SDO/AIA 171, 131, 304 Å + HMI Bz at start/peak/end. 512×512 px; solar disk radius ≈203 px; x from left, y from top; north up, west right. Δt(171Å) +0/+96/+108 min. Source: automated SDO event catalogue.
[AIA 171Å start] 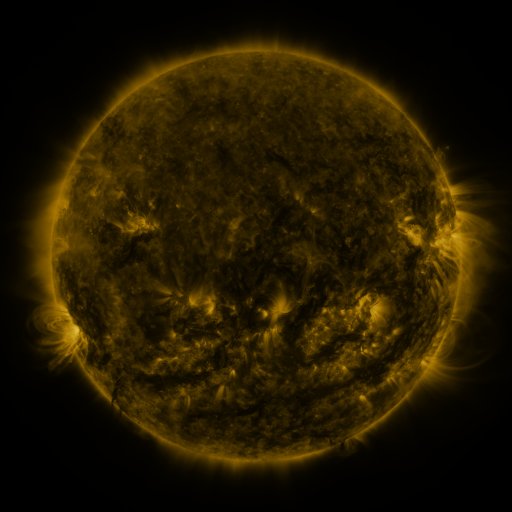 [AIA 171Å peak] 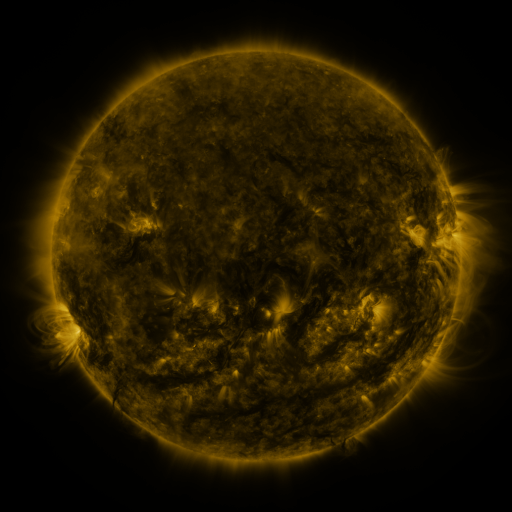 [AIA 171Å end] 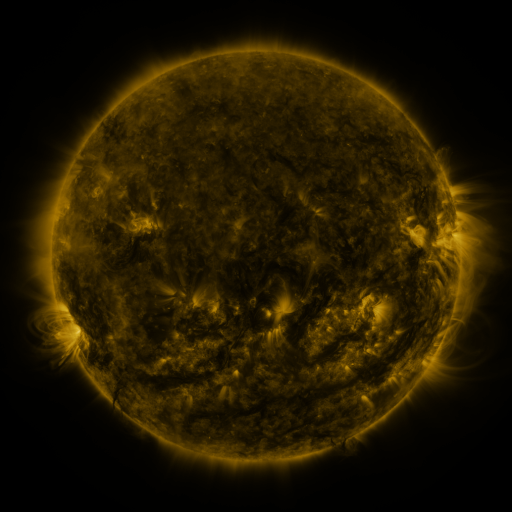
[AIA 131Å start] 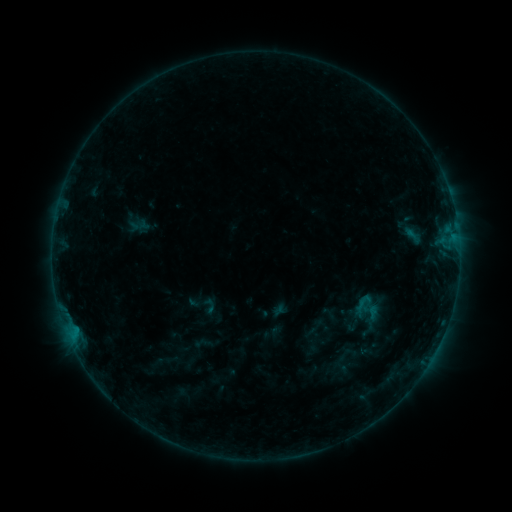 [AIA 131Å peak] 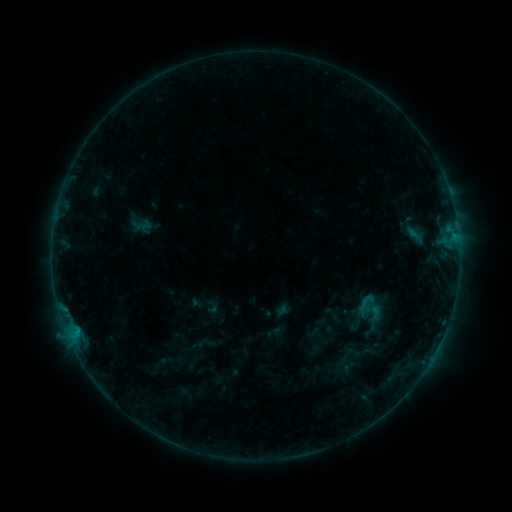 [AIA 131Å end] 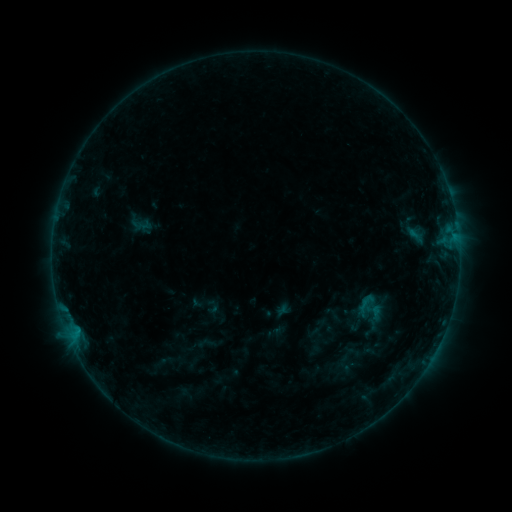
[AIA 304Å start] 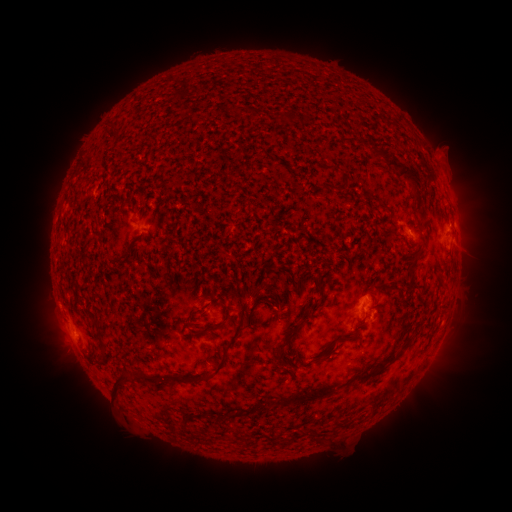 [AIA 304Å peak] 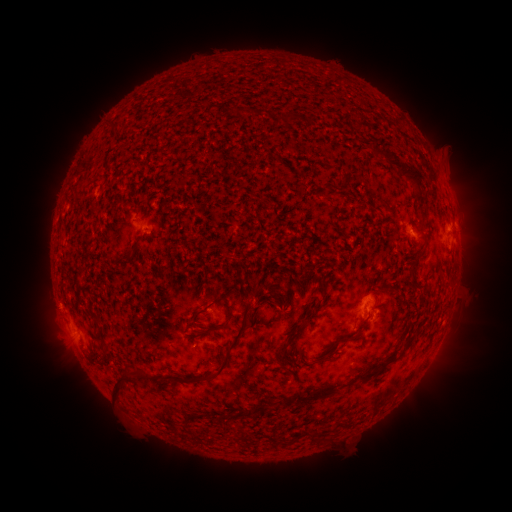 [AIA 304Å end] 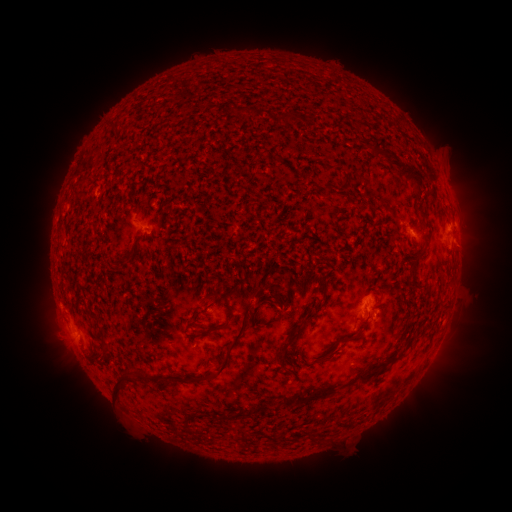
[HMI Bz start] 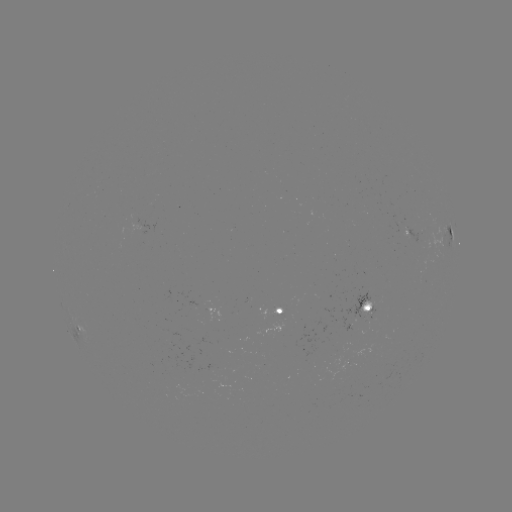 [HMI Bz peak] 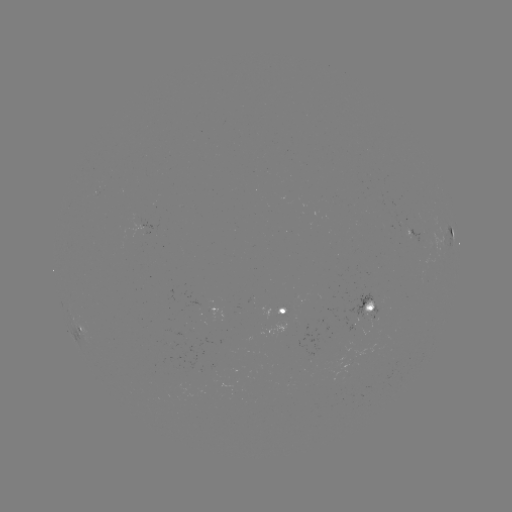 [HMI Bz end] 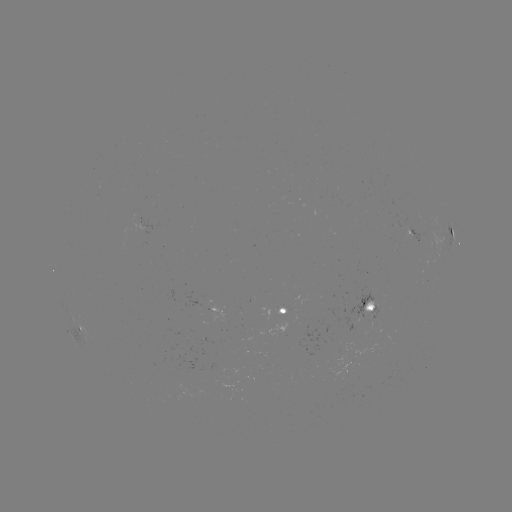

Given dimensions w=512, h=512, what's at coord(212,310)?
emerging-flux region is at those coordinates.